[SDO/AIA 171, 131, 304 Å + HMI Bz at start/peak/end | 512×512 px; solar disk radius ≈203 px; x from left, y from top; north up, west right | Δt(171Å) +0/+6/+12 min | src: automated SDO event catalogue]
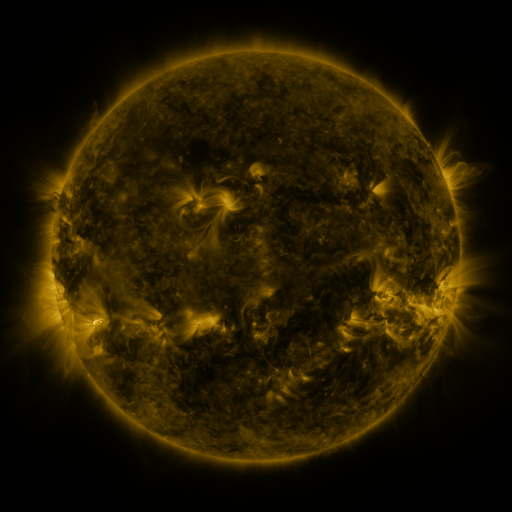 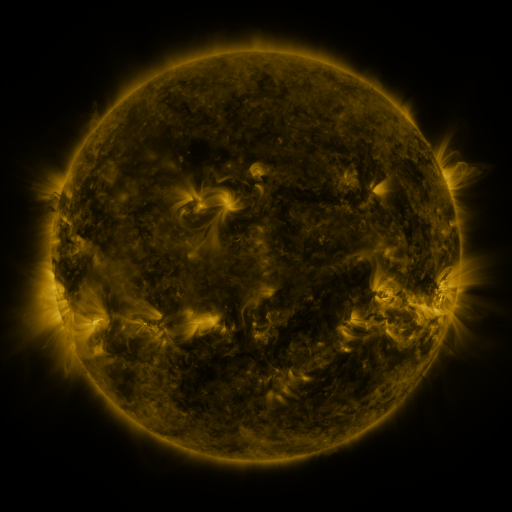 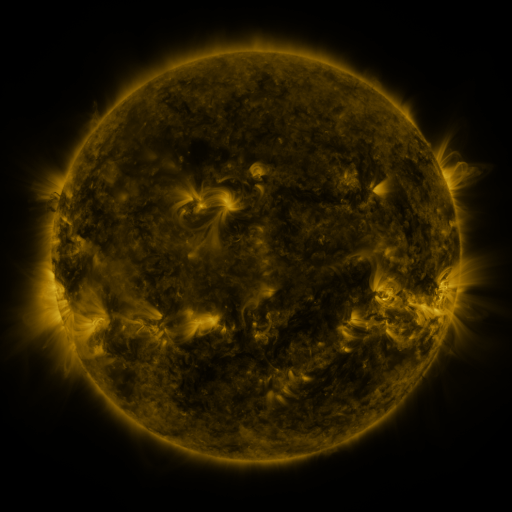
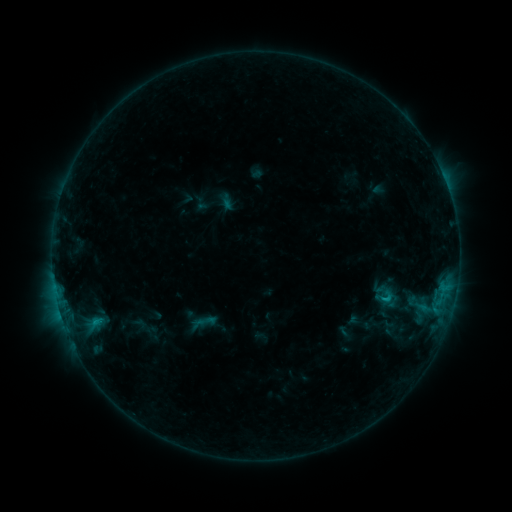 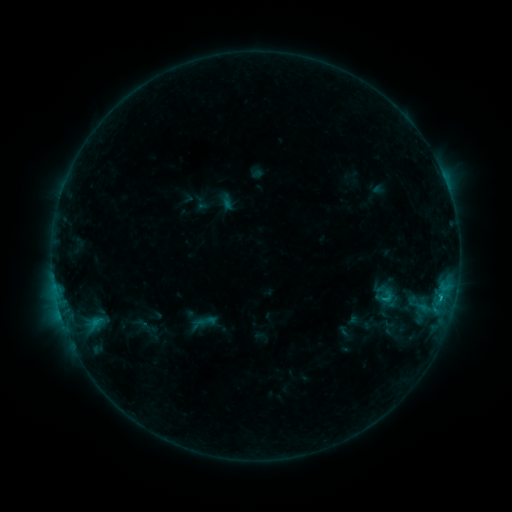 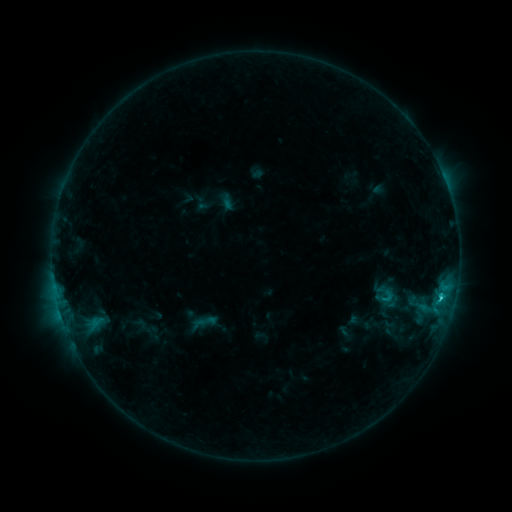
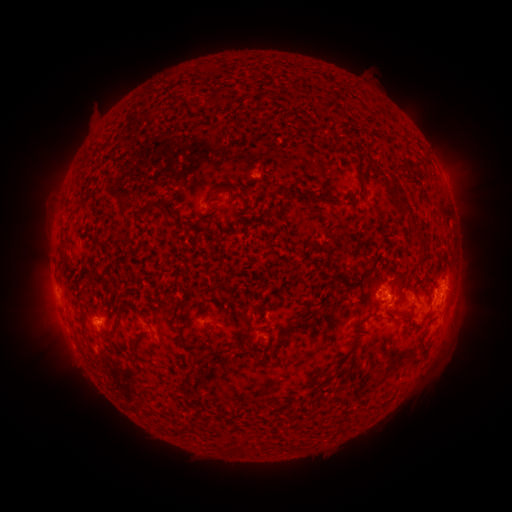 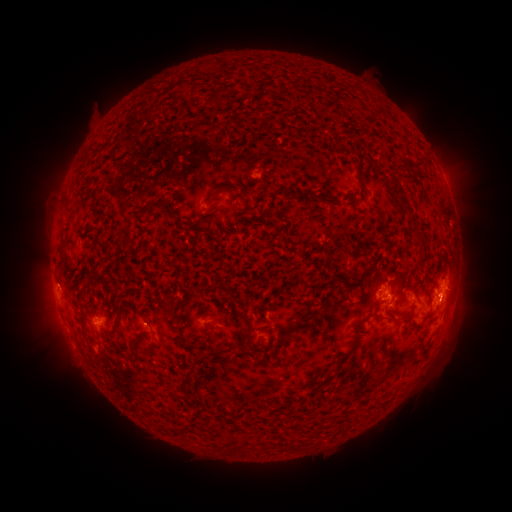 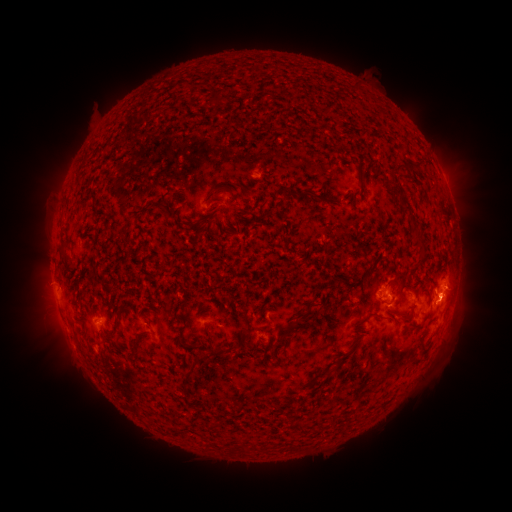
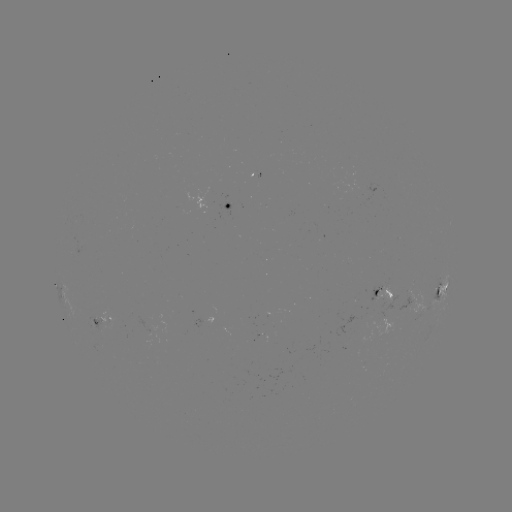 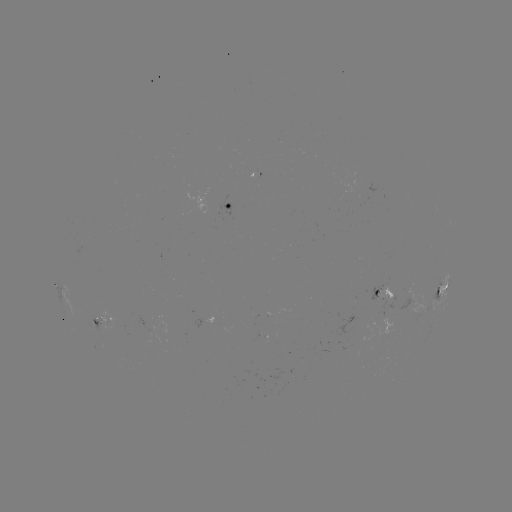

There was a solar flare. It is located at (441, 295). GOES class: C1.5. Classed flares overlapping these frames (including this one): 1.